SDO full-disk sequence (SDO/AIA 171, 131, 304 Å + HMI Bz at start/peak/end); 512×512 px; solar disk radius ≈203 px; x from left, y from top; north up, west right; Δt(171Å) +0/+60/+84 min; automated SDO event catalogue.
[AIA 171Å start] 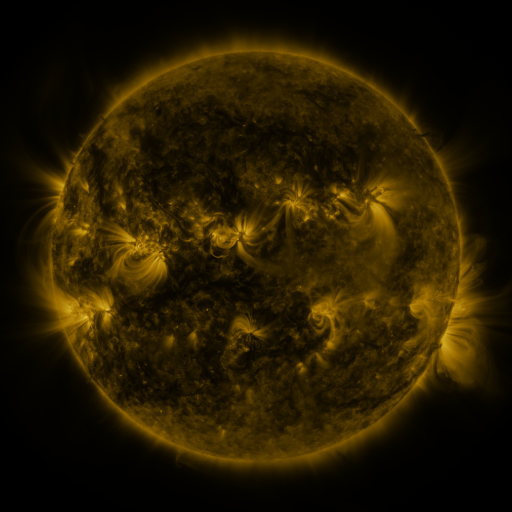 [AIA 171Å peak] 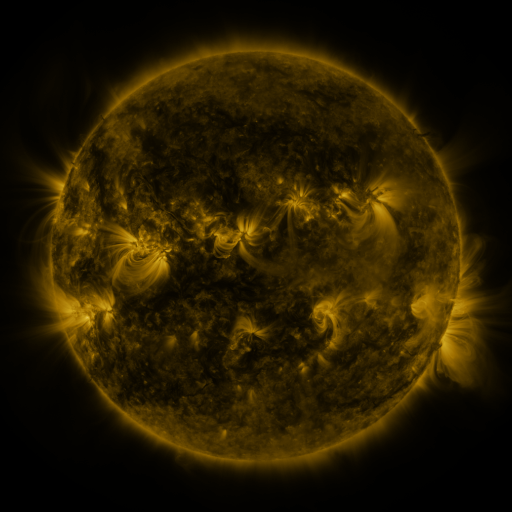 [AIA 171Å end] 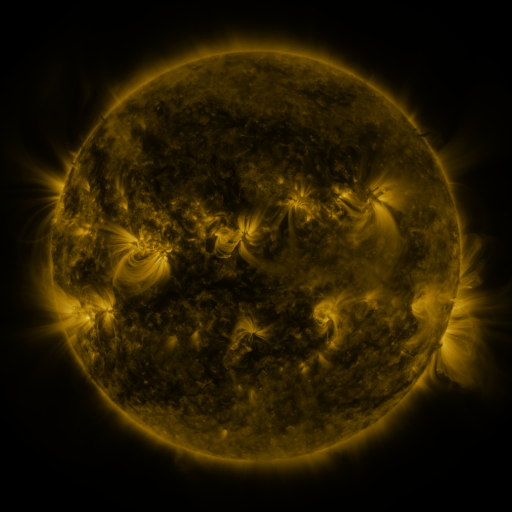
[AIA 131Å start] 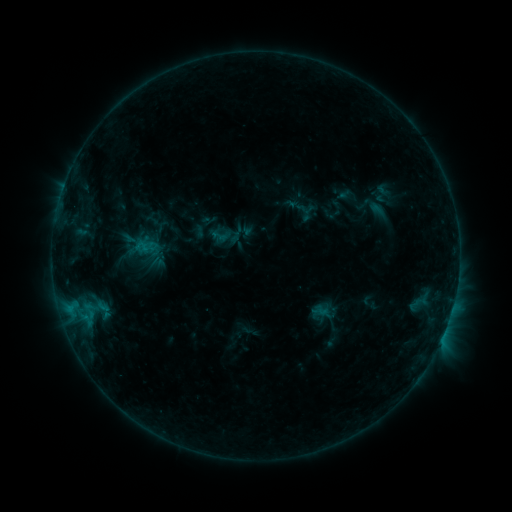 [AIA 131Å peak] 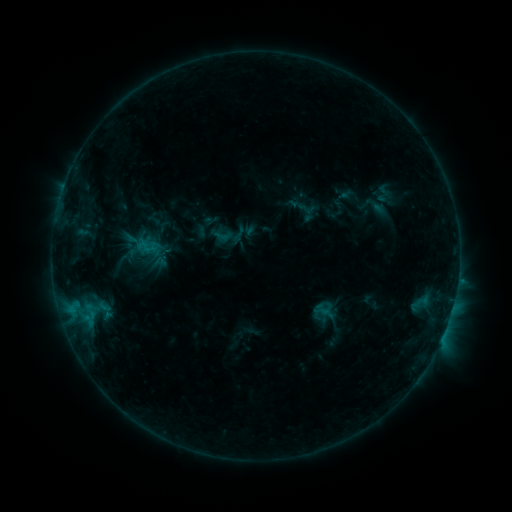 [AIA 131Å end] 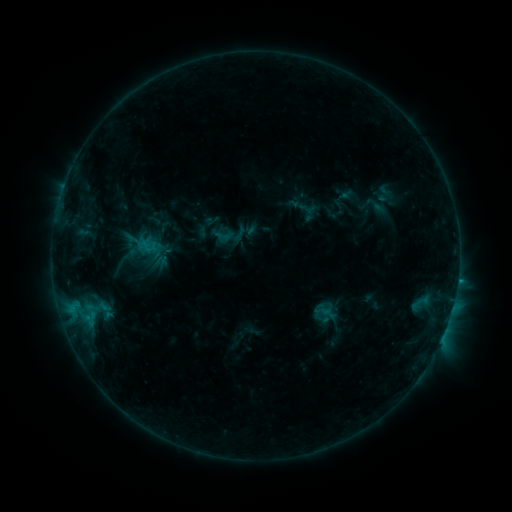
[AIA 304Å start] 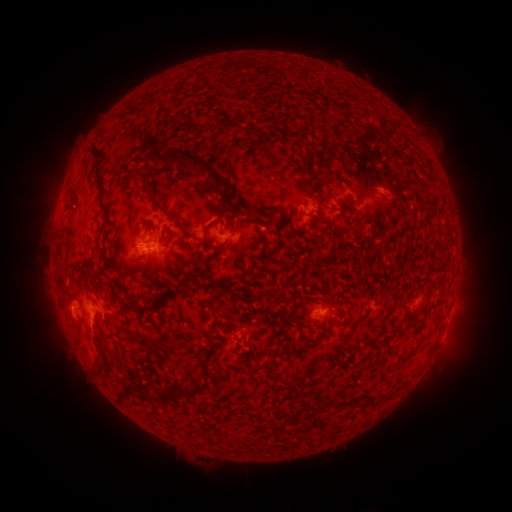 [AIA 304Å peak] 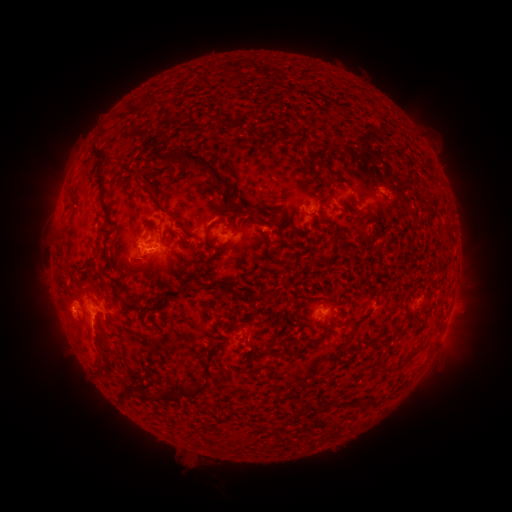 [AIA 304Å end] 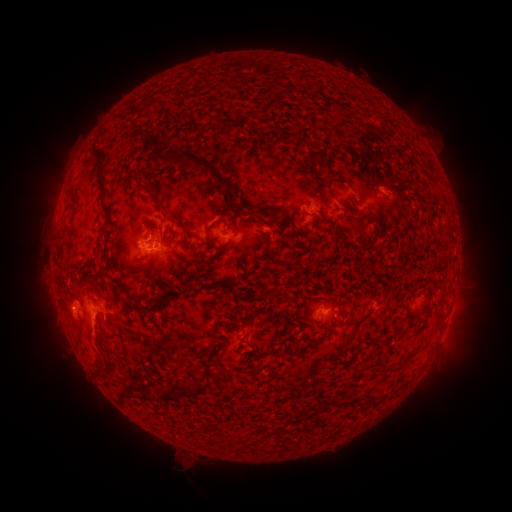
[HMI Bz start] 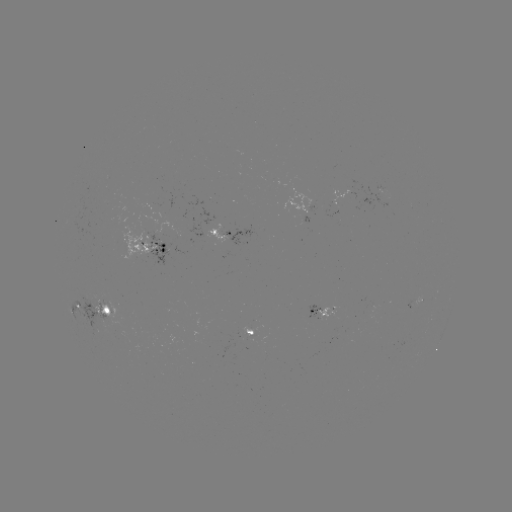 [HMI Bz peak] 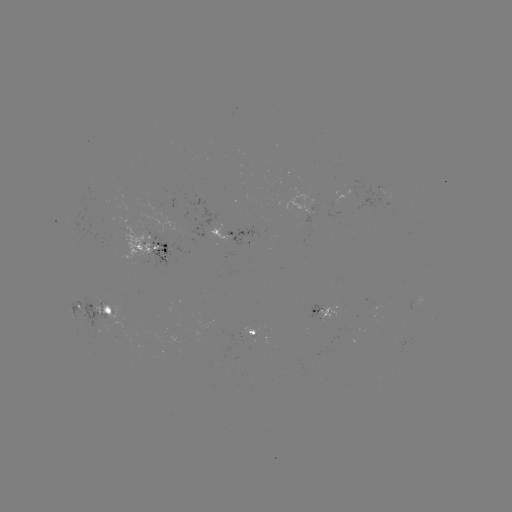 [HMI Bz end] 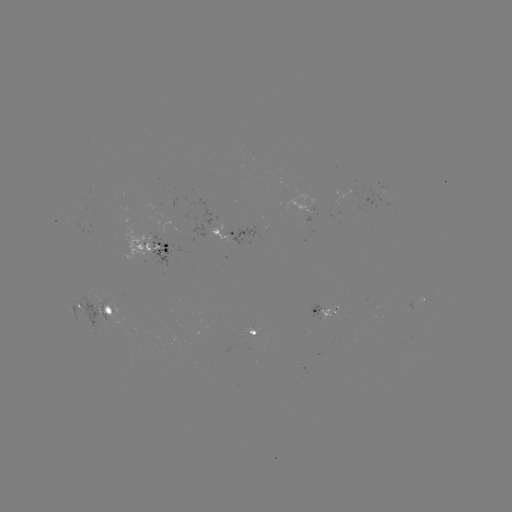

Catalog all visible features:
emerging-flux region: (251, 334)
